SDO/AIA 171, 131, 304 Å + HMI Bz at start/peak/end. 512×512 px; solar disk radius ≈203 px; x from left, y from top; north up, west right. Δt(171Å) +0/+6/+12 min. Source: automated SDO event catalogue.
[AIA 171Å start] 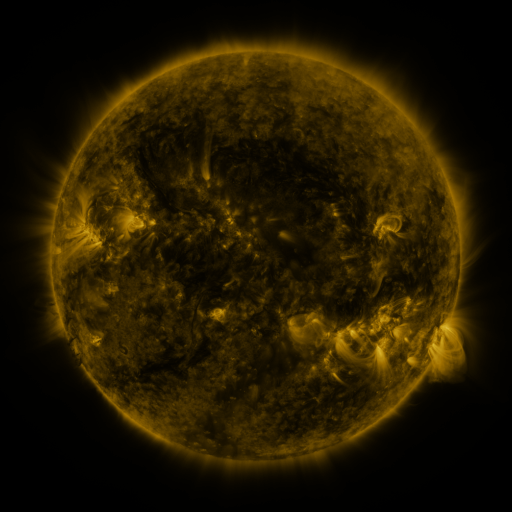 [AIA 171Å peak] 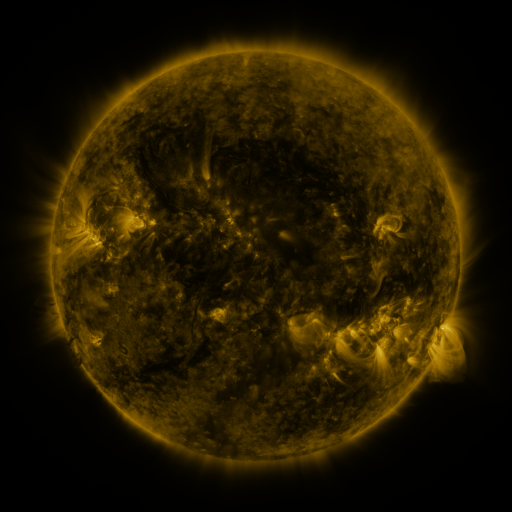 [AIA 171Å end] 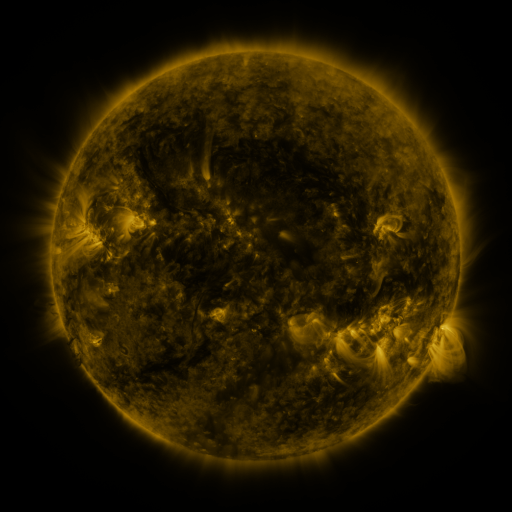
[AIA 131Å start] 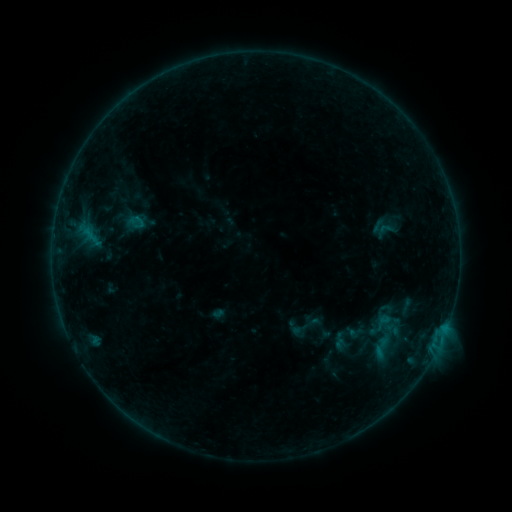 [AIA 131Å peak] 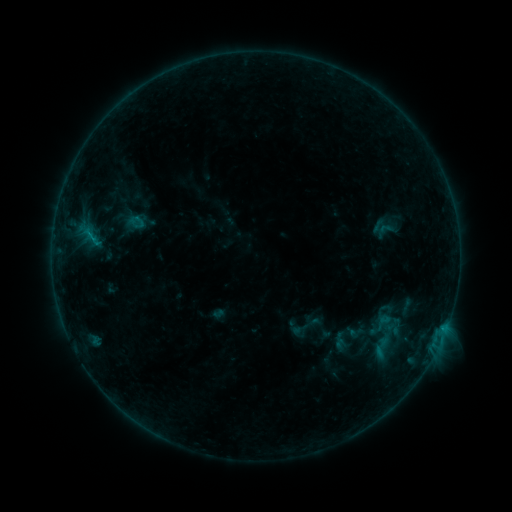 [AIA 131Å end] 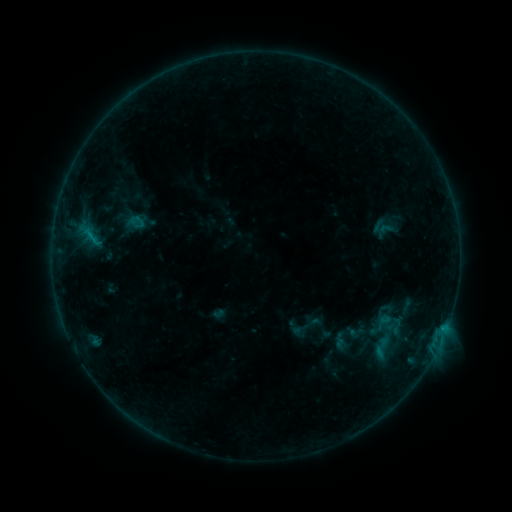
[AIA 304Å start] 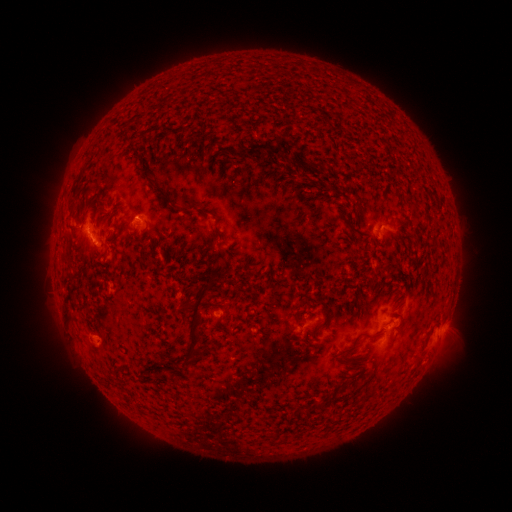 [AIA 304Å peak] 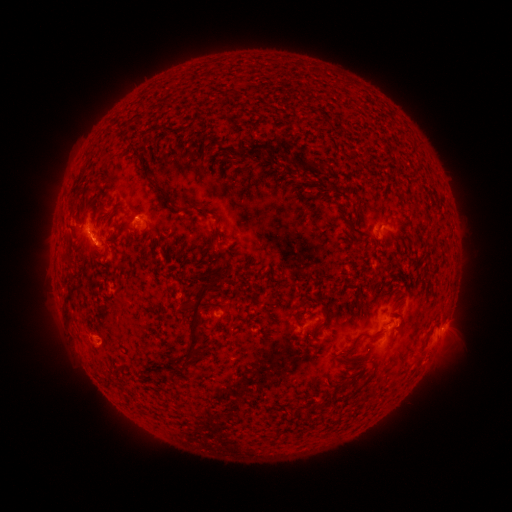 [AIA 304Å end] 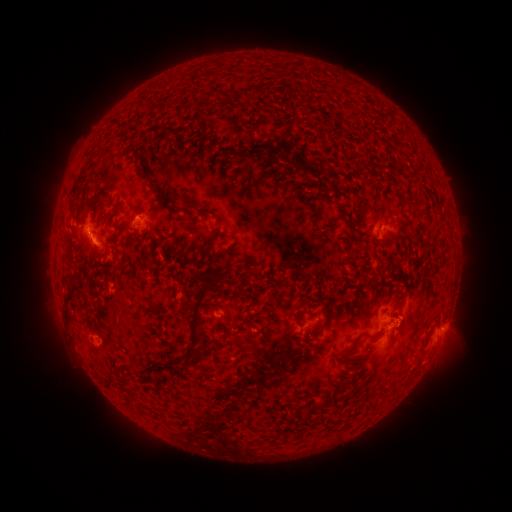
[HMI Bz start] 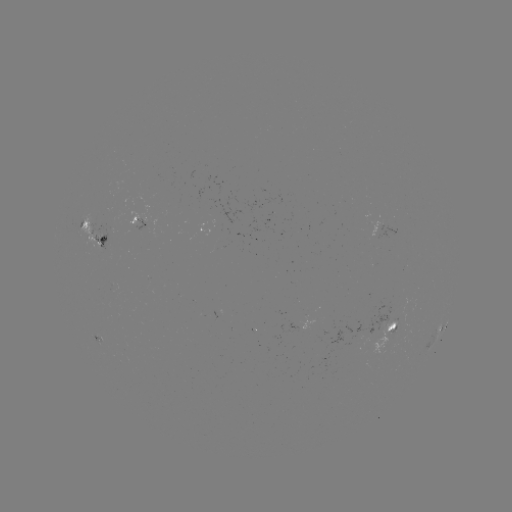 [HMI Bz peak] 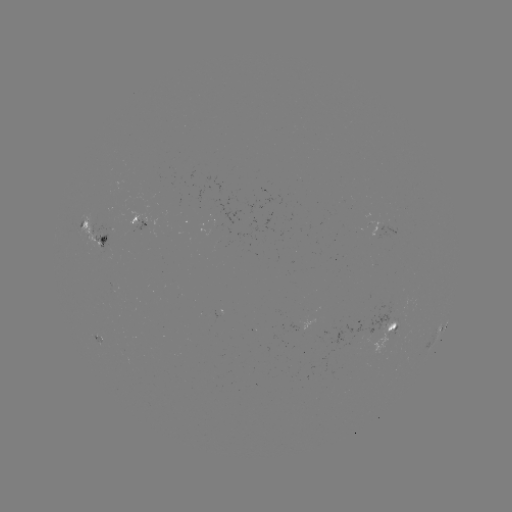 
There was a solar flare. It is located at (94, 242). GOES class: B4.7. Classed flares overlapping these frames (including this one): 1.